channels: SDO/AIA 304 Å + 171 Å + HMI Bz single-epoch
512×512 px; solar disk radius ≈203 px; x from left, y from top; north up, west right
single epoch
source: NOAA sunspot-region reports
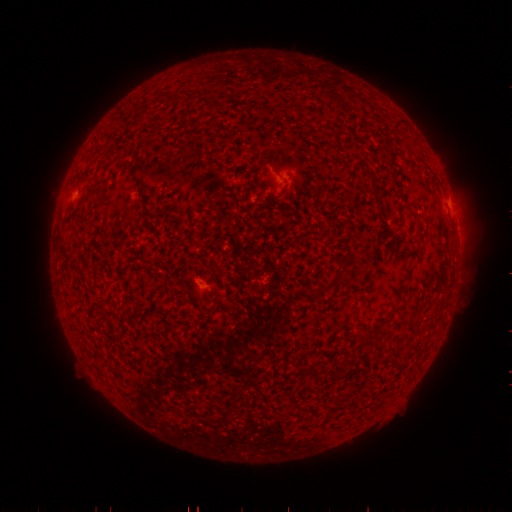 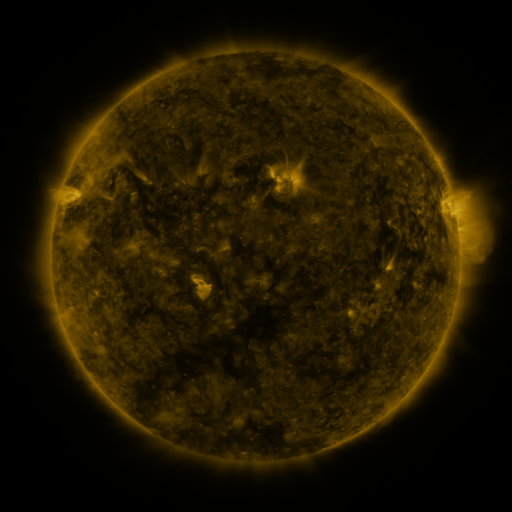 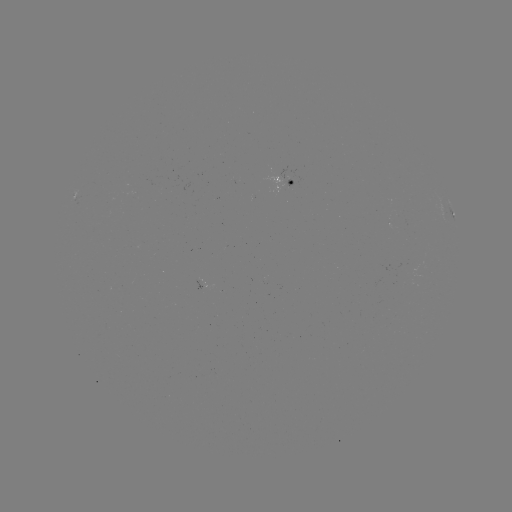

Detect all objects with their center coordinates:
spotted active region: (290, 183)
spotted active region: (451, 213)
